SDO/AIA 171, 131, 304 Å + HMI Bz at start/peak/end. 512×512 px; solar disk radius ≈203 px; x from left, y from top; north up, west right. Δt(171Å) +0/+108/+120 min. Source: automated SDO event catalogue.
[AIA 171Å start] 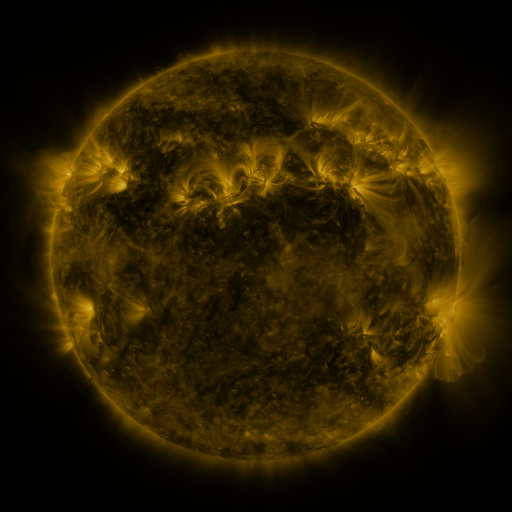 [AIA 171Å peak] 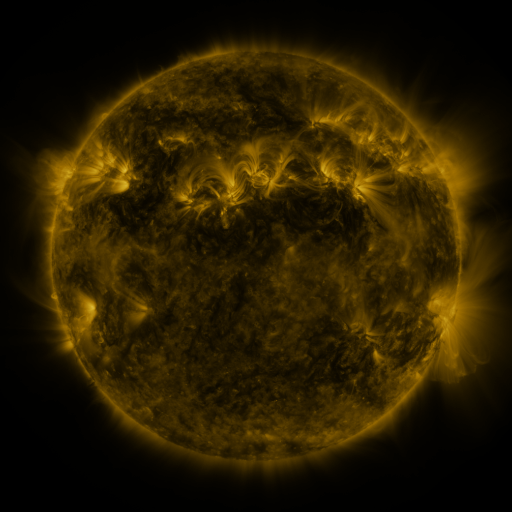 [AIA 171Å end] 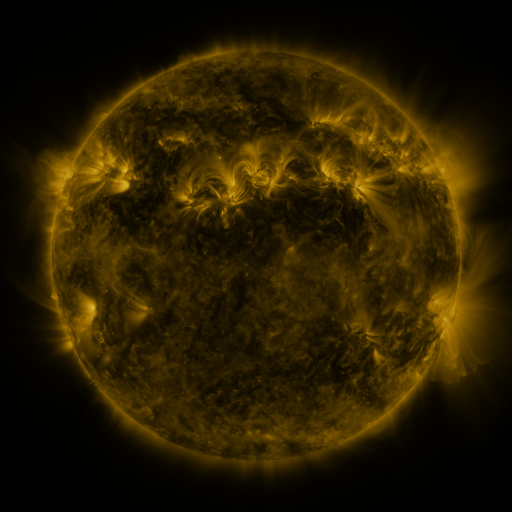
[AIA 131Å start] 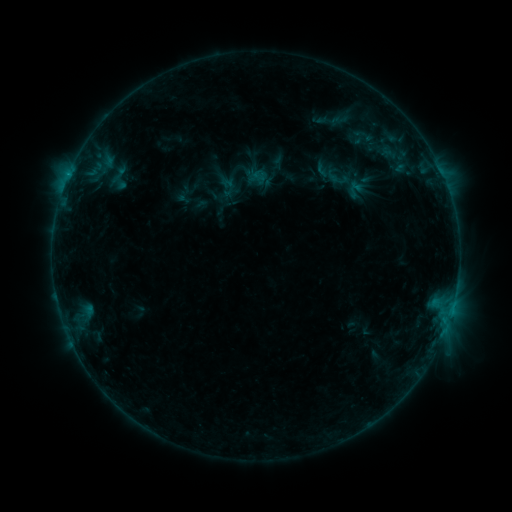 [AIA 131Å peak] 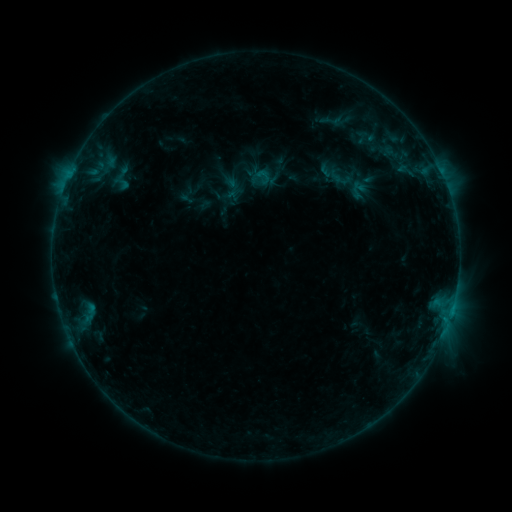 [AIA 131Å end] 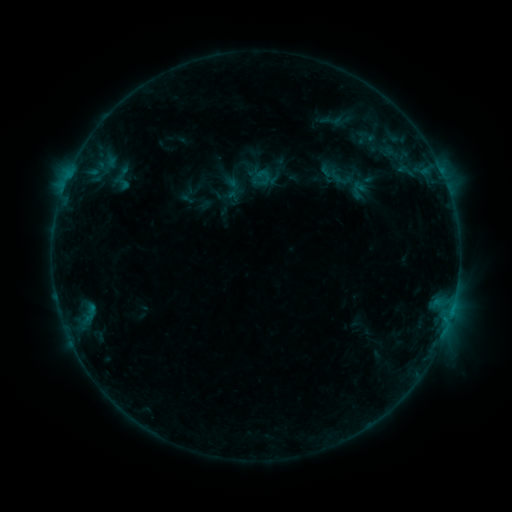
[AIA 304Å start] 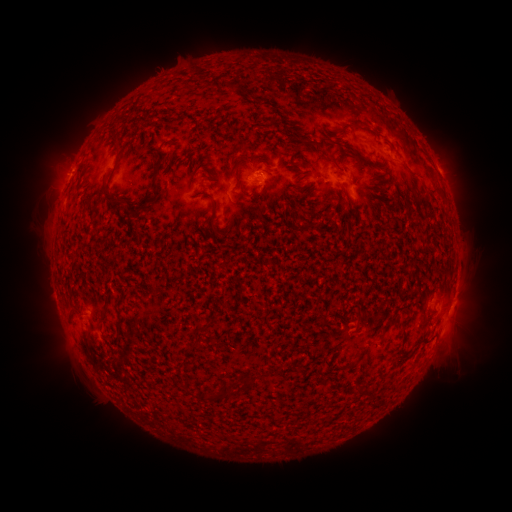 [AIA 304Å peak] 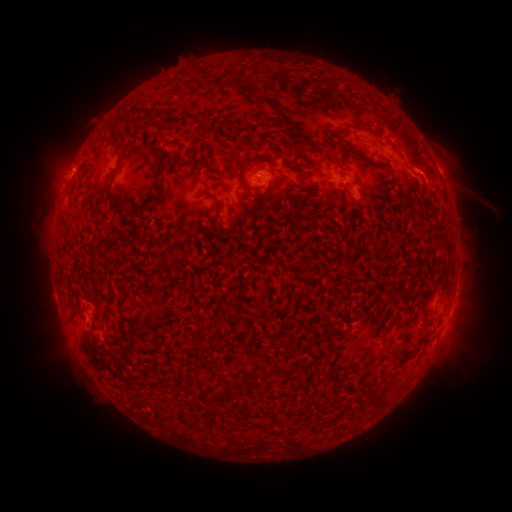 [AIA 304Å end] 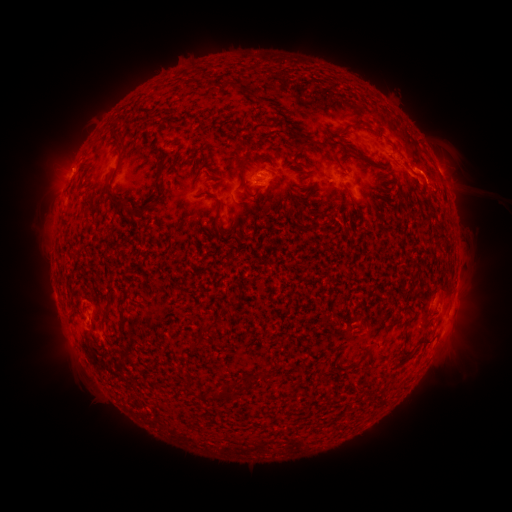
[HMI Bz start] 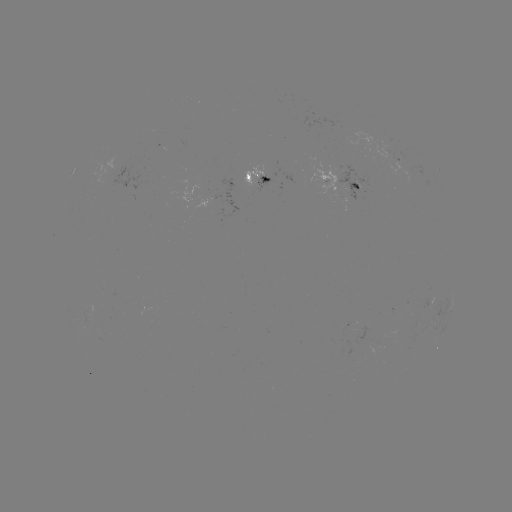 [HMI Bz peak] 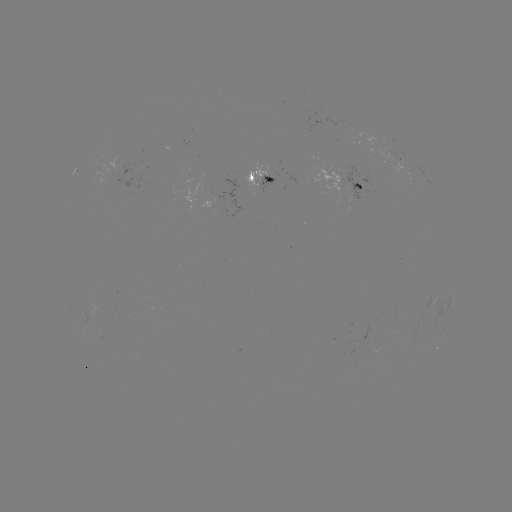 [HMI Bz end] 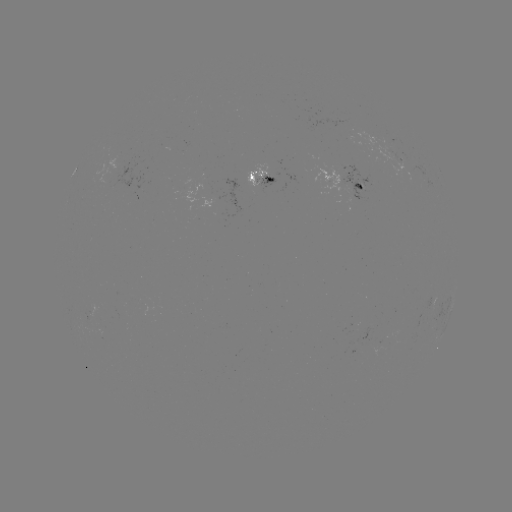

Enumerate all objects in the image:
emerging-flux region: (357, 185)
